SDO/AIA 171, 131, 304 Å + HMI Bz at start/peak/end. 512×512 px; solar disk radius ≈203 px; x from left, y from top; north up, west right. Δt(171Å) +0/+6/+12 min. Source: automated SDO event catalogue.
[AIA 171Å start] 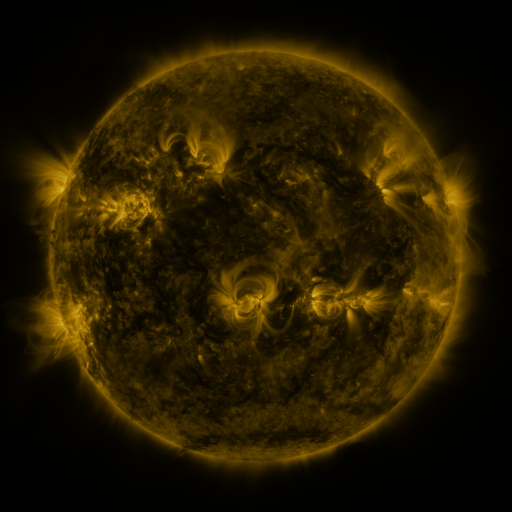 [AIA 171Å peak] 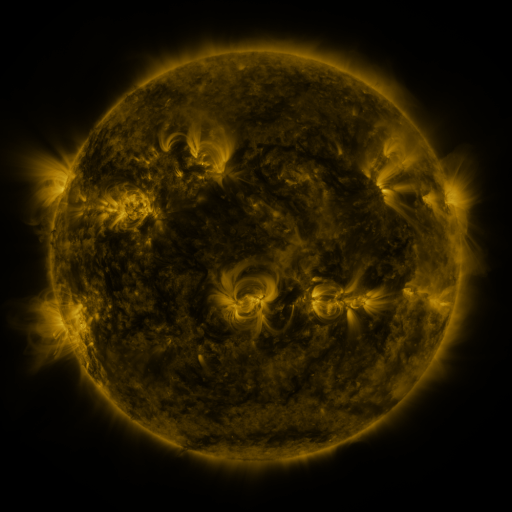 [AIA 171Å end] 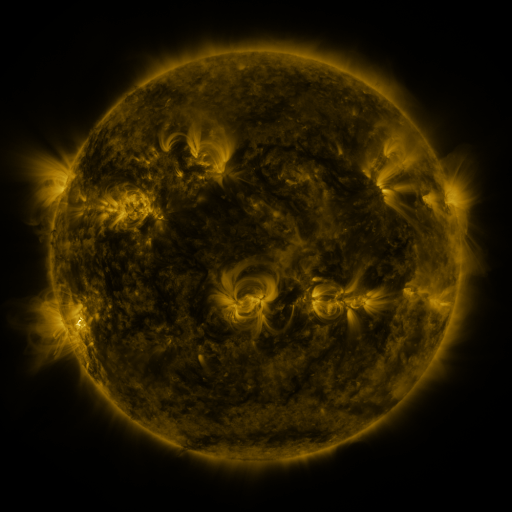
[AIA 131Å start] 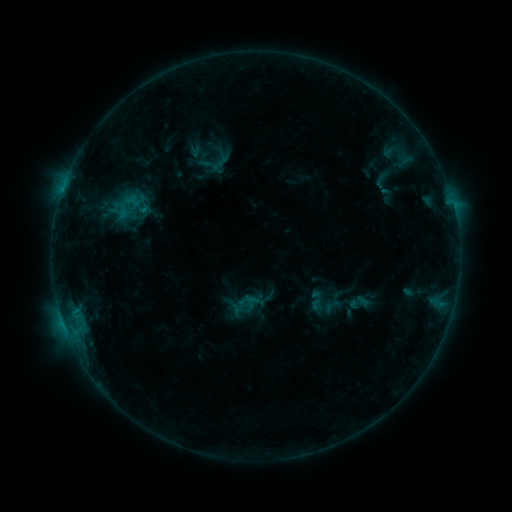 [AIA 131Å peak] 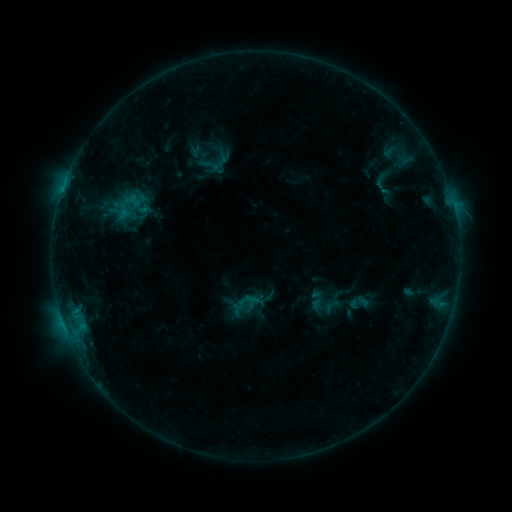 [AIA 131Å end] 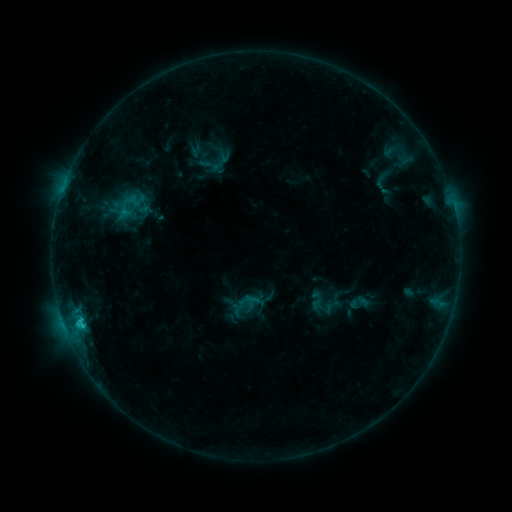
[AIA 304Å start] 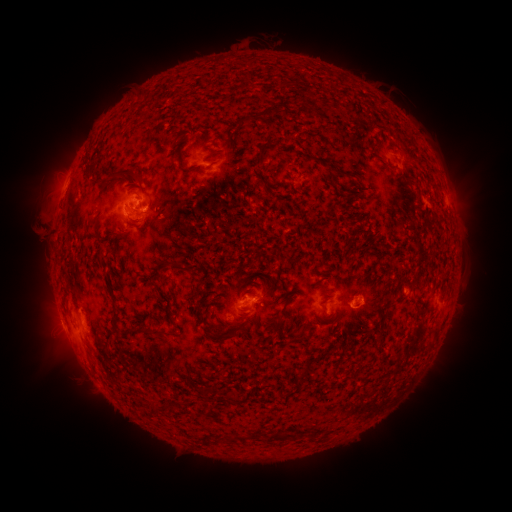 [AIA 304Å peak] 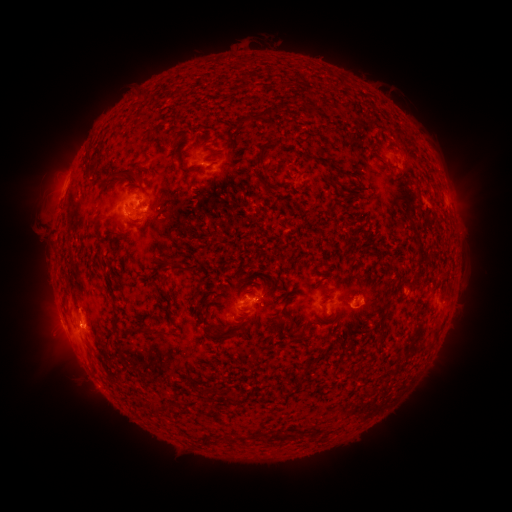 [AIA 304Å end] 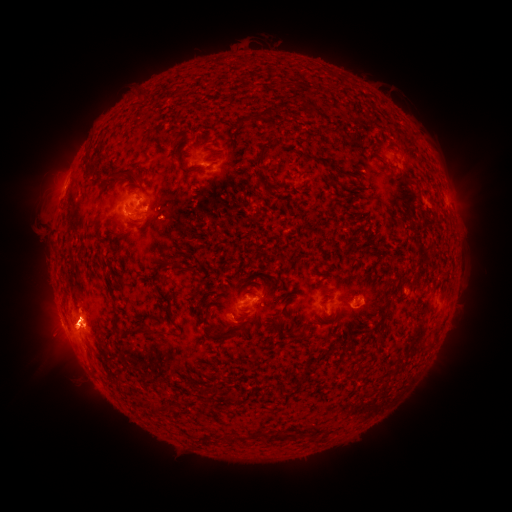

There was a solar eruption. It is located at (80, 330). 